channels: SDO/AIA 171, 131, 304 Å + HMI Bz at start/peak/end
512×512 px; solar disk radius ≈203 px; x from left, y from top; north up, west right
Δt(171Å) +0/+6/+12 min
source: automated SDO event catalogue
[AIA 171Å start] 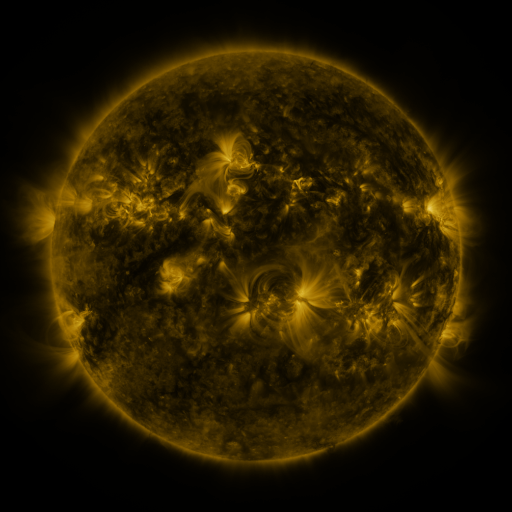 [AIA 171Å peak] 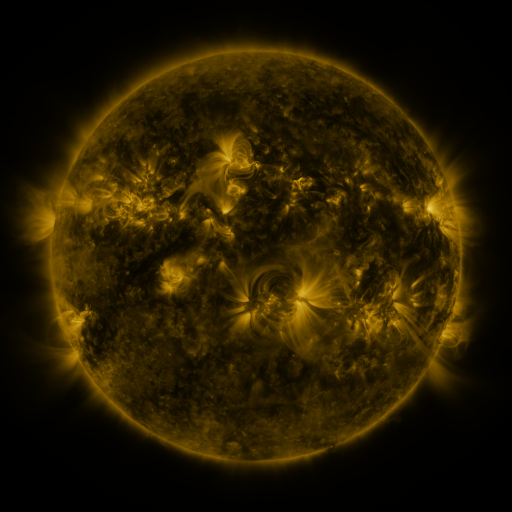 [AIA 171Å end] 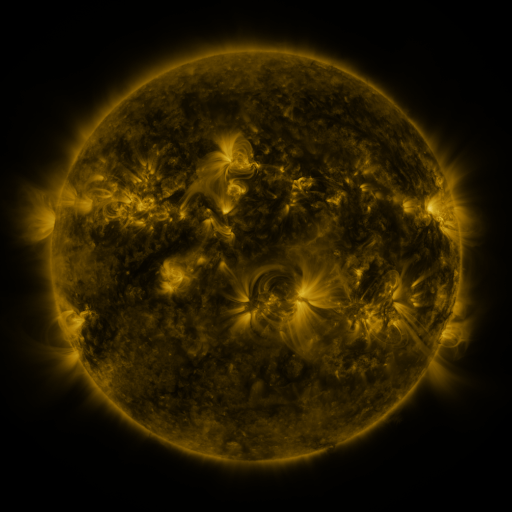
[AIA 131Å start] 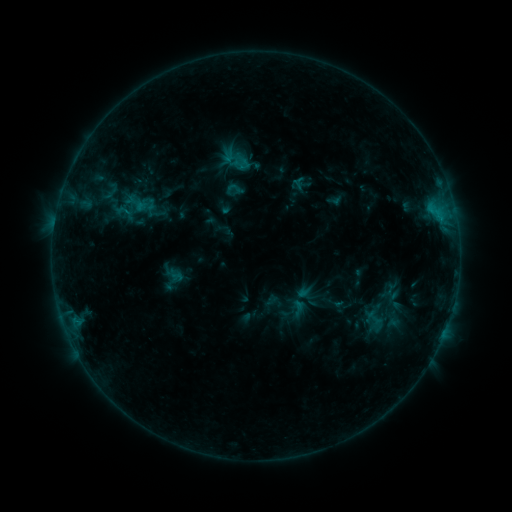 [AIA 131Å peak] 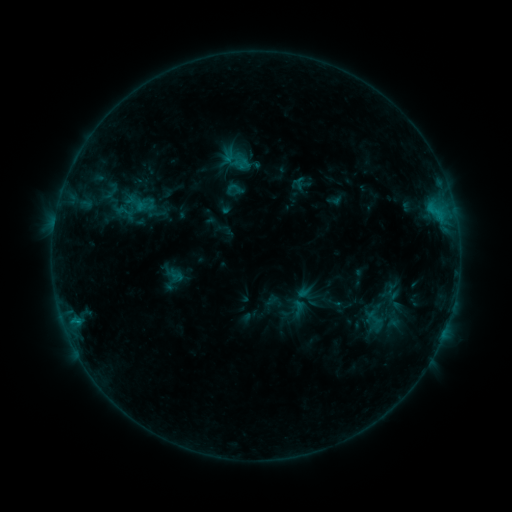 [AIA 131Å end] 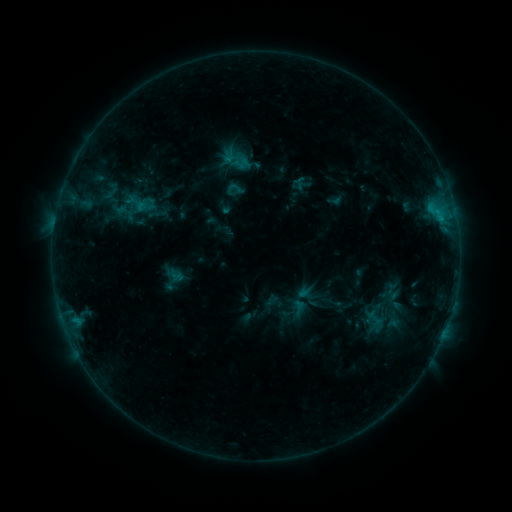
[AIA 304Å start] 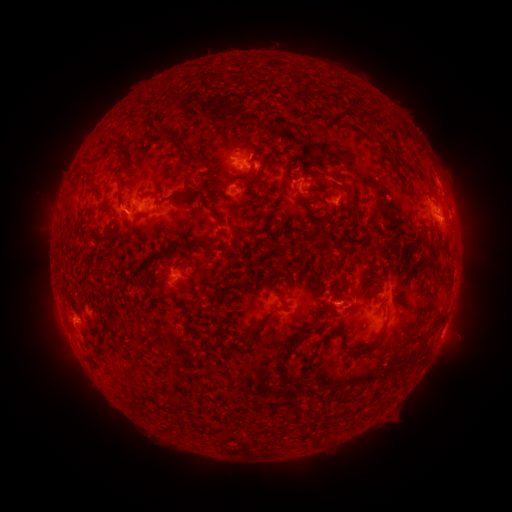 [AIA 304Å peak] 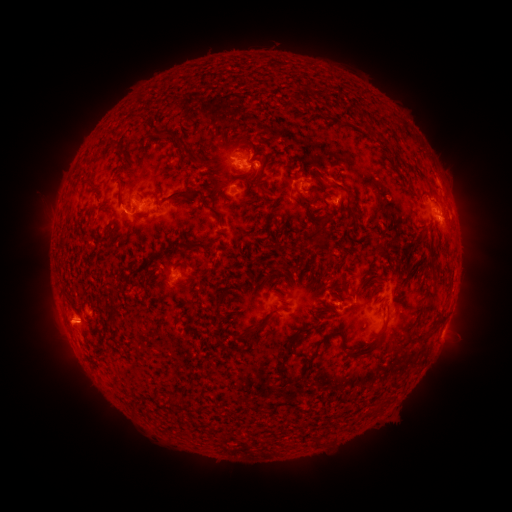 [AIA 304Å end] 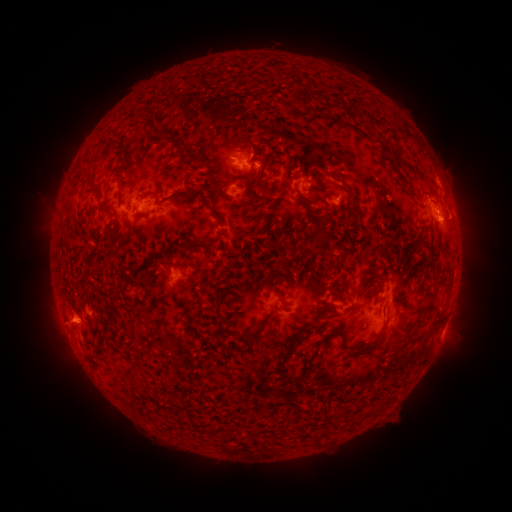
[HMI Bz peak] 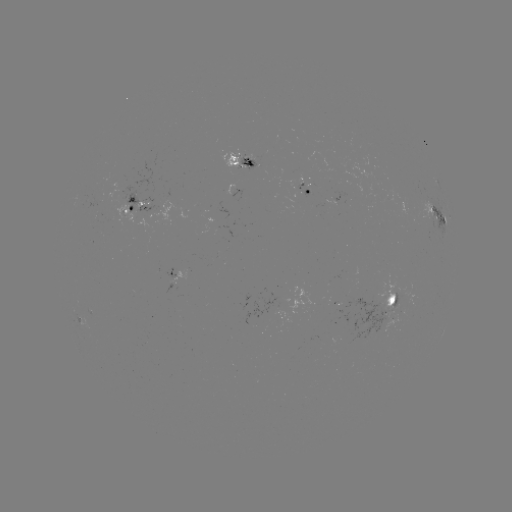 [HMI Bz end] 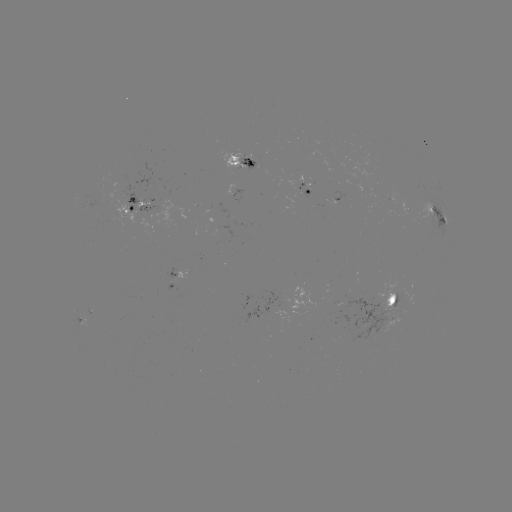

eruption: <bbox>37, 303, 91, 349</bbox>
